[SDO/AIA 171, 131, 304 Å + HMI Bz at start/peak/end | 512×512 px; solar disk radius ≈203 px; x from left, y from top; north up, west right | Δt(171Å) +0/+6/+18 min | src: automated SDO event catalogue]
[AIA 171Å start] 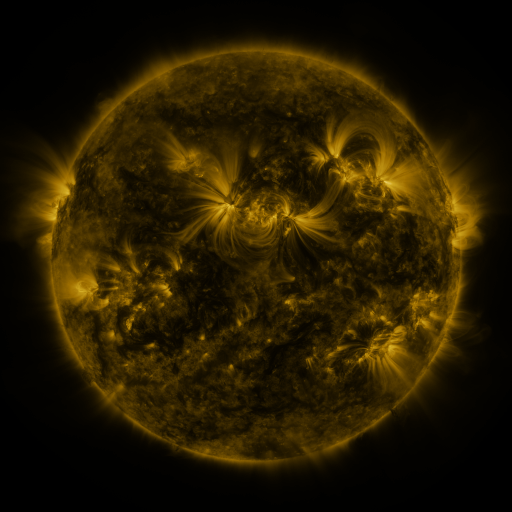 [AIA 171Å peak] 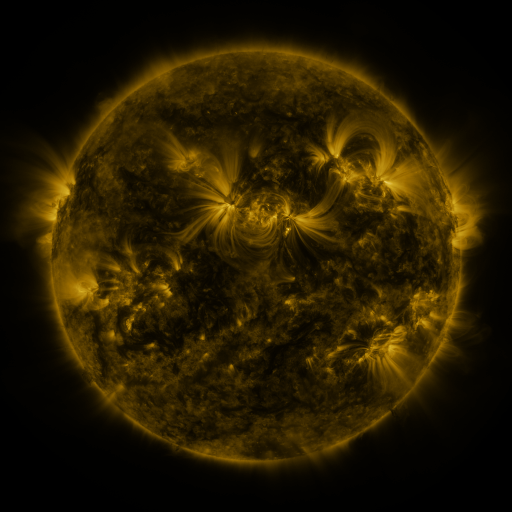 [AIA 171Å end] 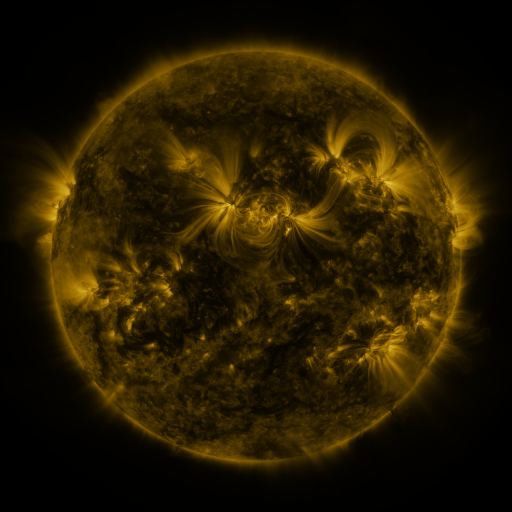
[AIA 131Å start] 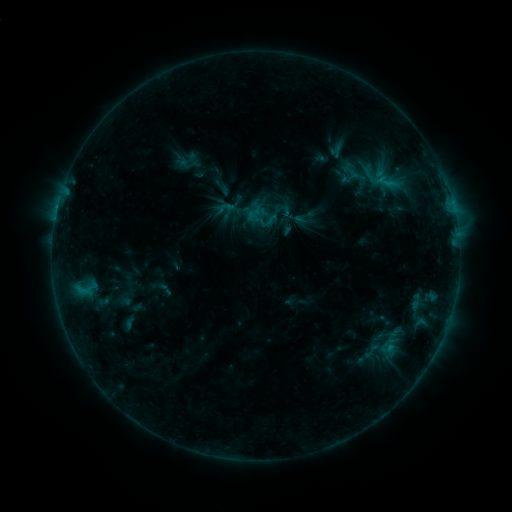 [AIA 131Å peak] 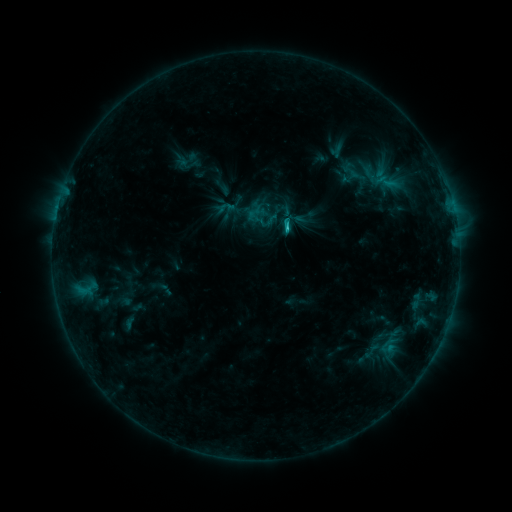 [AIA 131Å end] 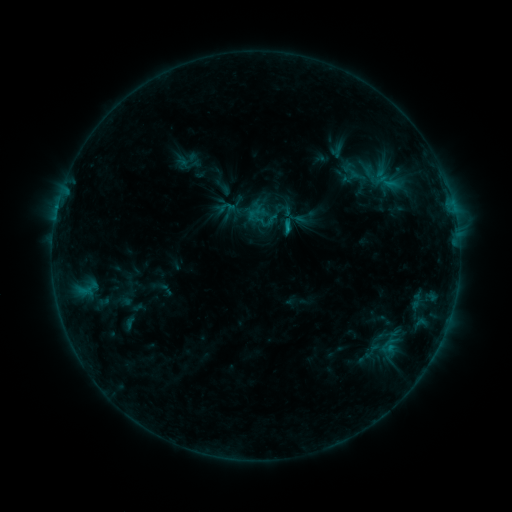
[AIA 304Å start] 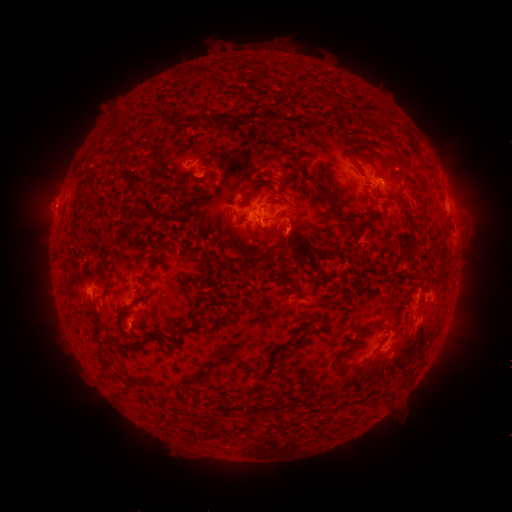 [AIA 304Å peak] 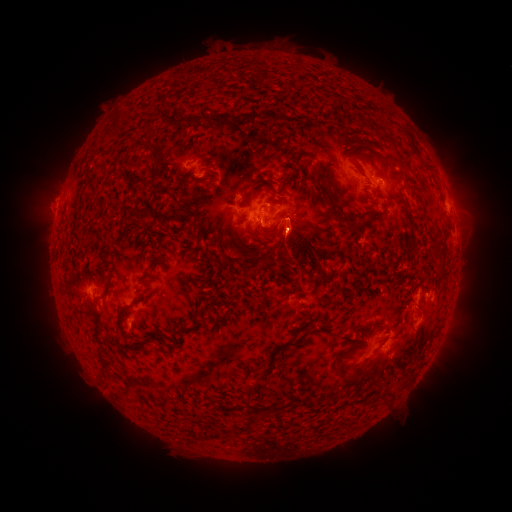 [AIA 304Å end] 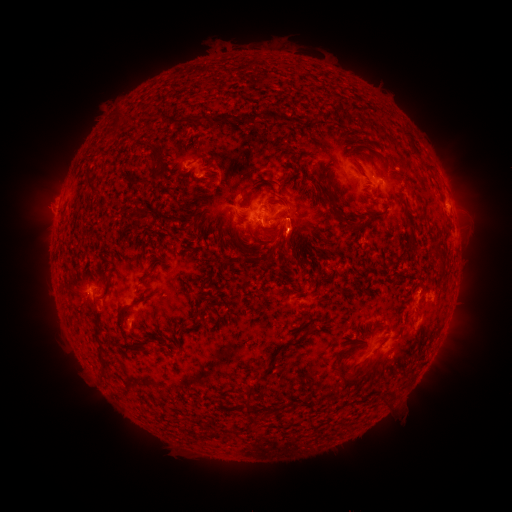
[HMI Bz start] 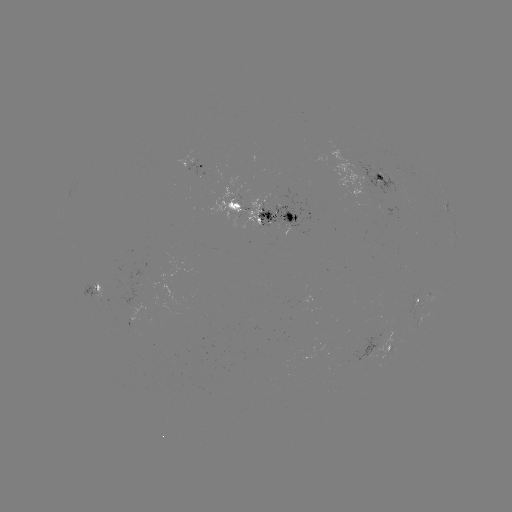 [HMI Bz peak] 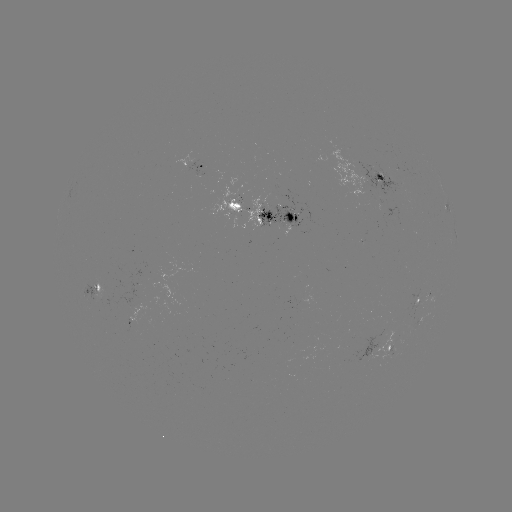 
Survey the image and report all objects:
C1.3 flare: (284, 229)
